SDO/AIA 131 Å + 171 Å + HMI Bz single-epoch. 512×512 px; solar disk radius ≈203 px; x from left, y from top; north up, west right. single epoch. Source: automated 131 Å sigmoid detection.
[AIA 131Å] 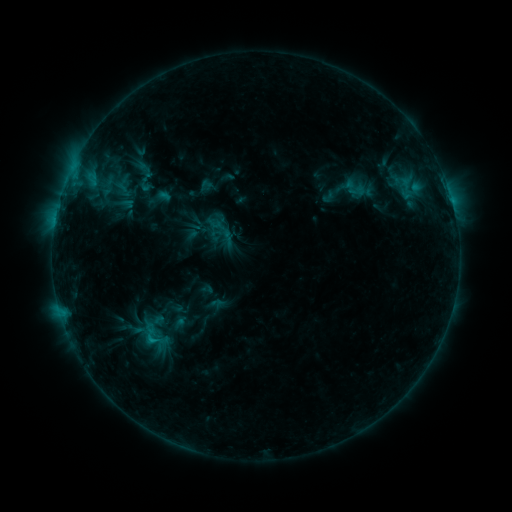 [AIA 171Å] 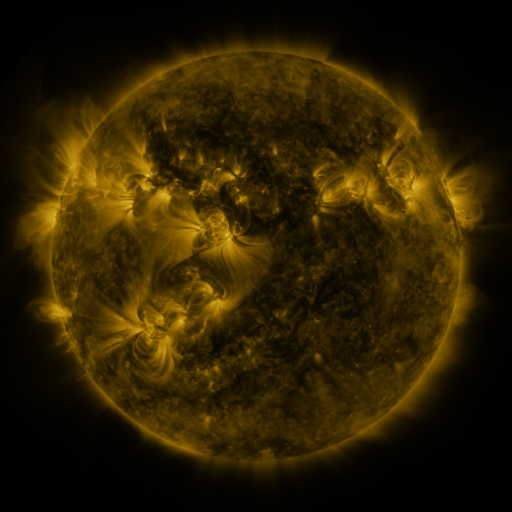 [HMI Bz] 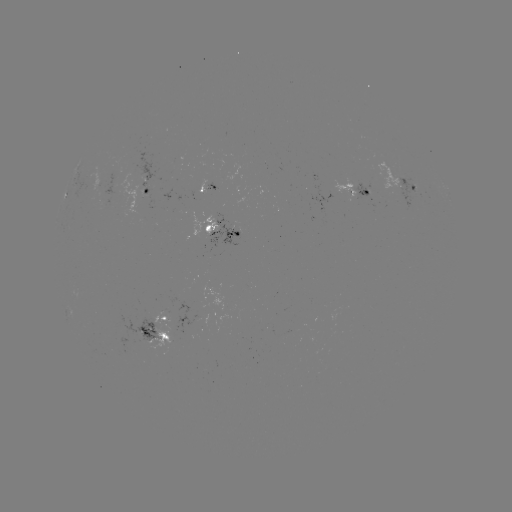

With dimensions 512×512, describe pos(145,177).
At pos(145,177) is sigmoid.